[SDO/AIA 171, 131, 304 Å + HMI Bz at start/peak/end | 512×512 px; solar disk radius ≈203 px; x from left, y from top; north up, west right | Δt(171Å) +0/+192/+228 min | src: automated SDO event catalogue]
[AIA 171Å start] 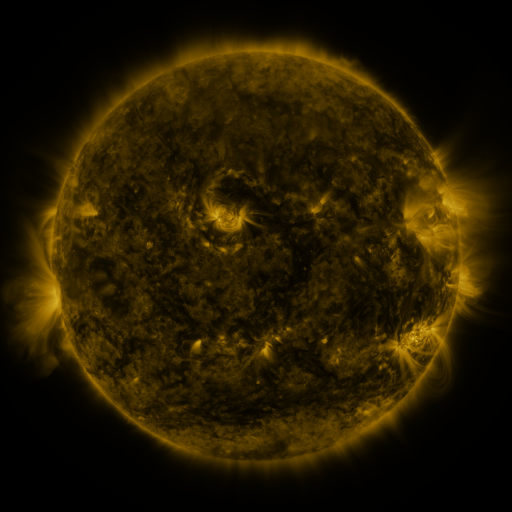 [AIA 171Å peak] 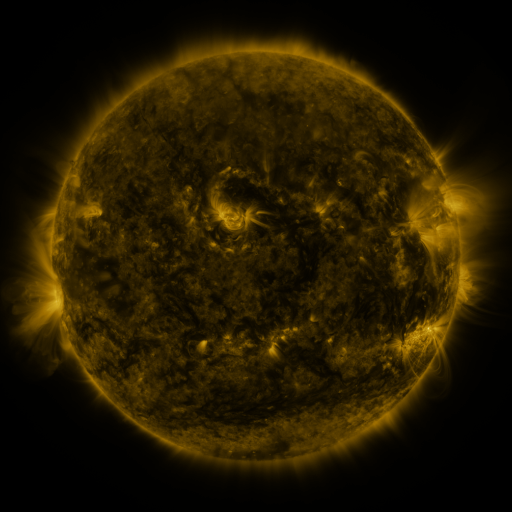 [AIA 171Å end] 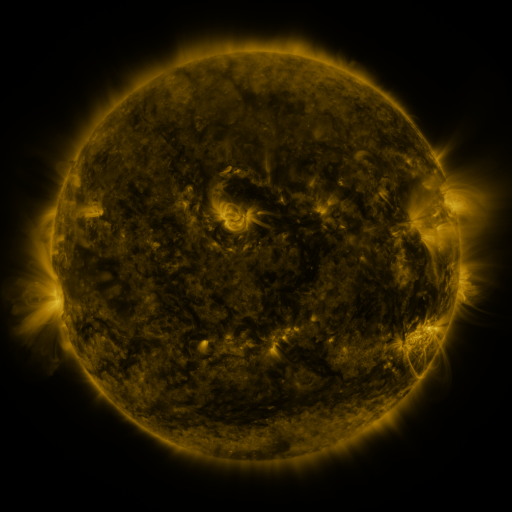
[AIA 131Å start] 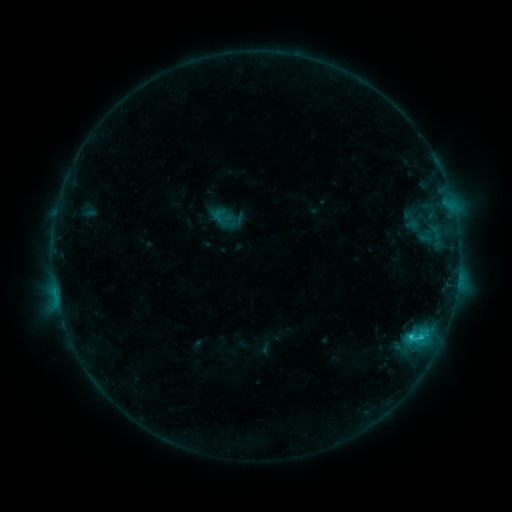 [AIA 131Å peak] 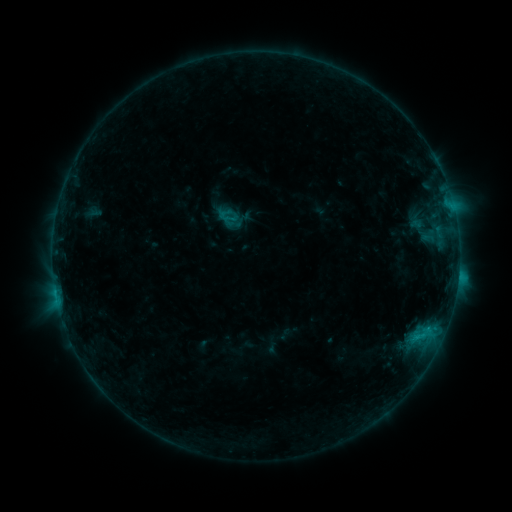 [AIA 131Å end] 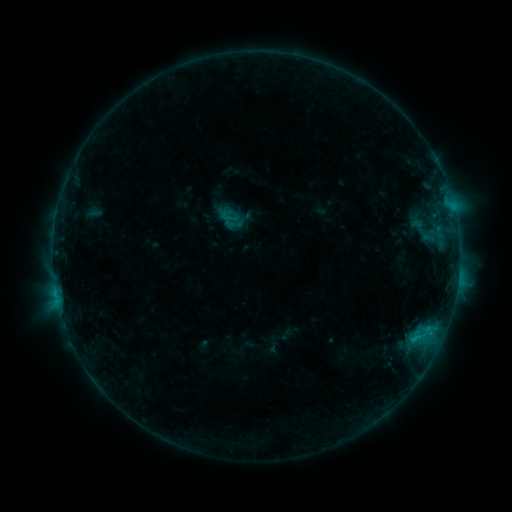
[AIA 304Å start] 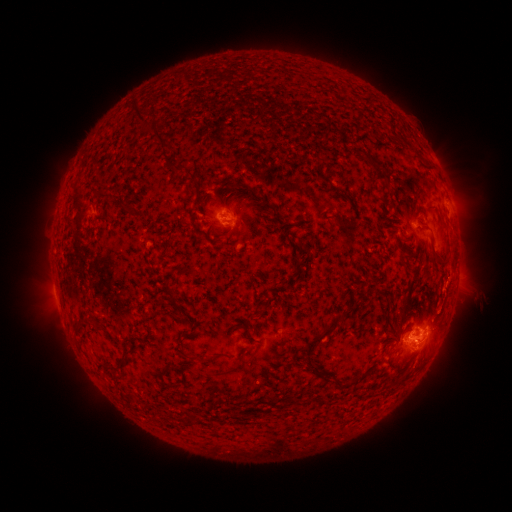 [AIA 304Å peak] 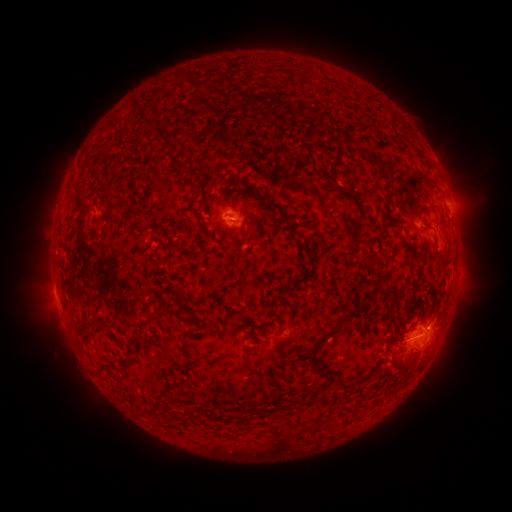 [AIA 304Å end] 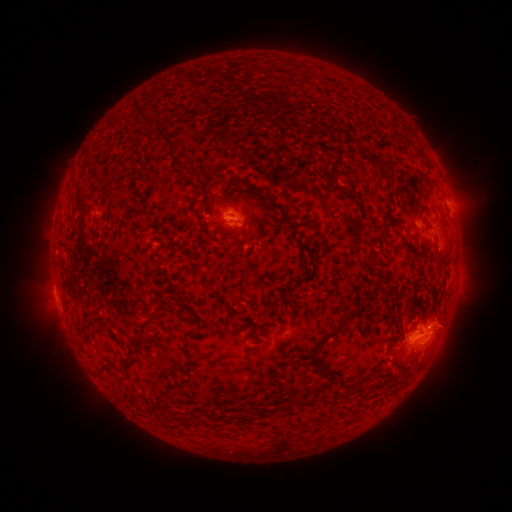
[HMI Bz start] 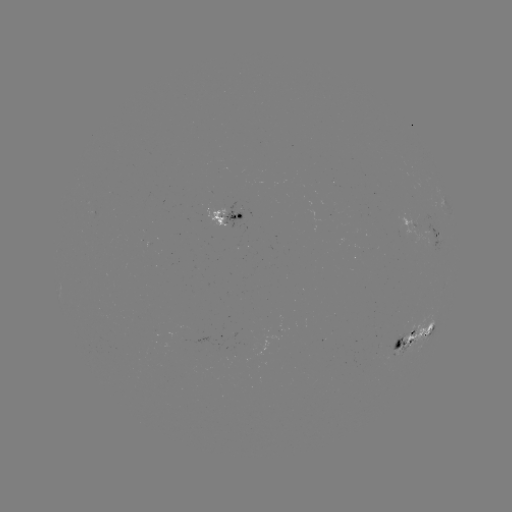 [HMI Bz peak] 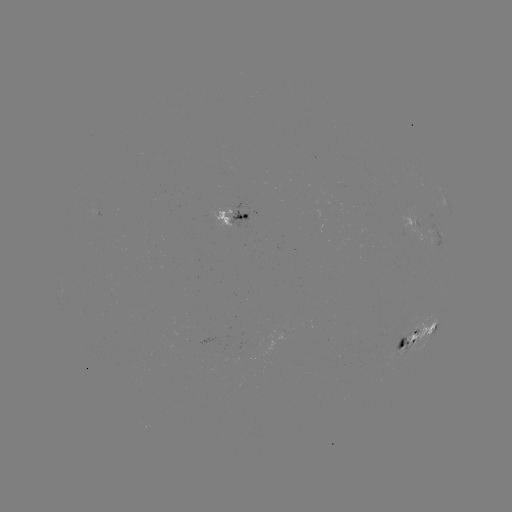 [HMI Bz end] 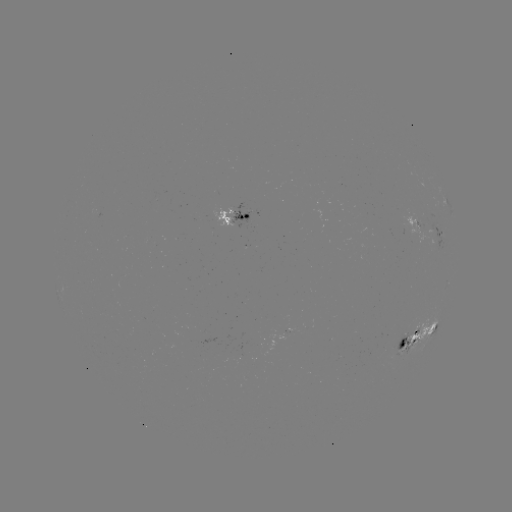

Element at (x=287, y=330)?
emerging-flux region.